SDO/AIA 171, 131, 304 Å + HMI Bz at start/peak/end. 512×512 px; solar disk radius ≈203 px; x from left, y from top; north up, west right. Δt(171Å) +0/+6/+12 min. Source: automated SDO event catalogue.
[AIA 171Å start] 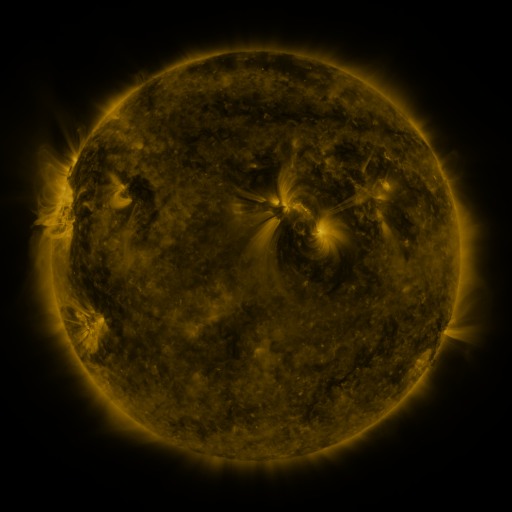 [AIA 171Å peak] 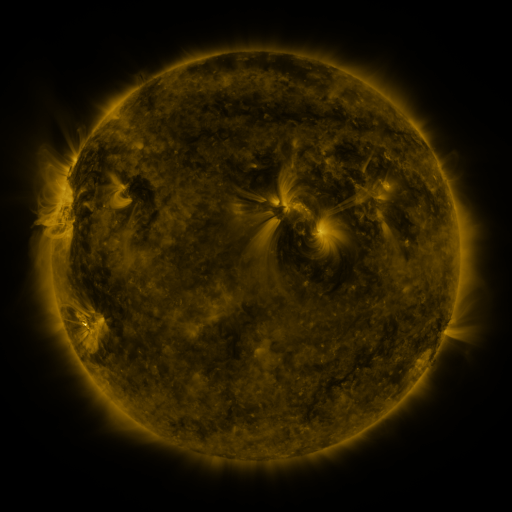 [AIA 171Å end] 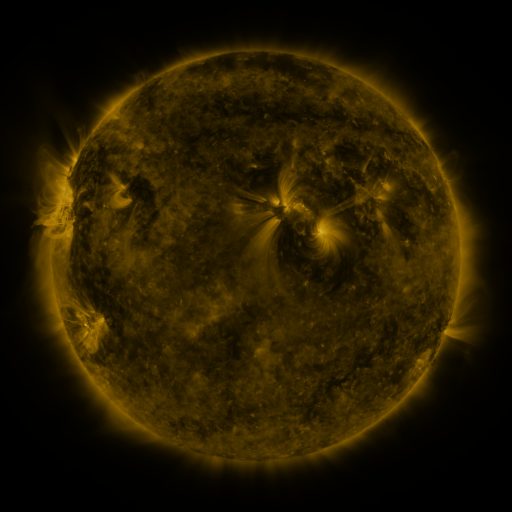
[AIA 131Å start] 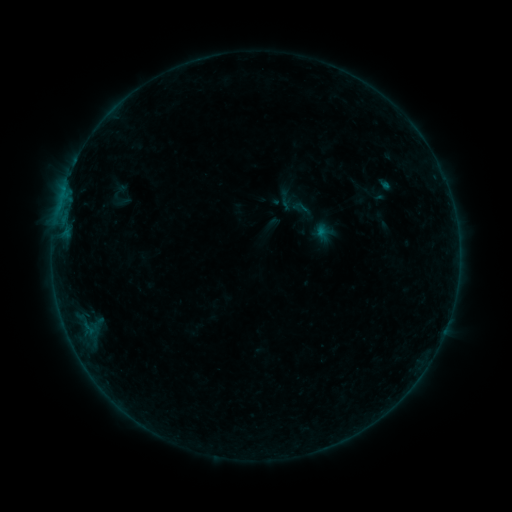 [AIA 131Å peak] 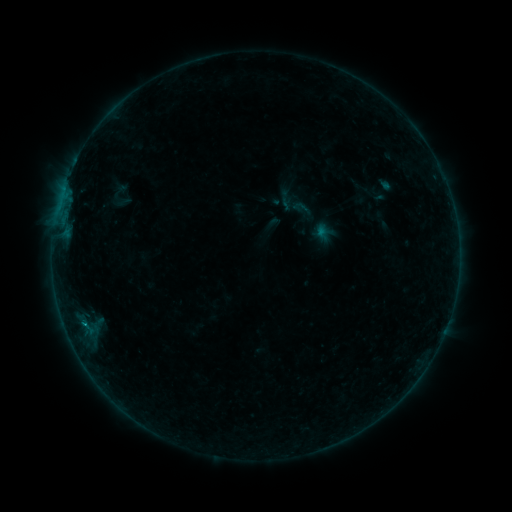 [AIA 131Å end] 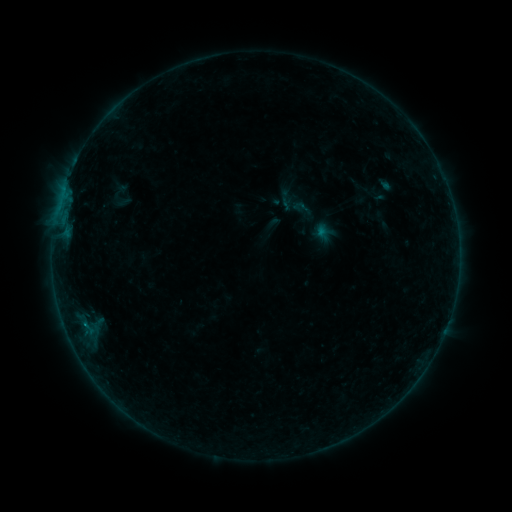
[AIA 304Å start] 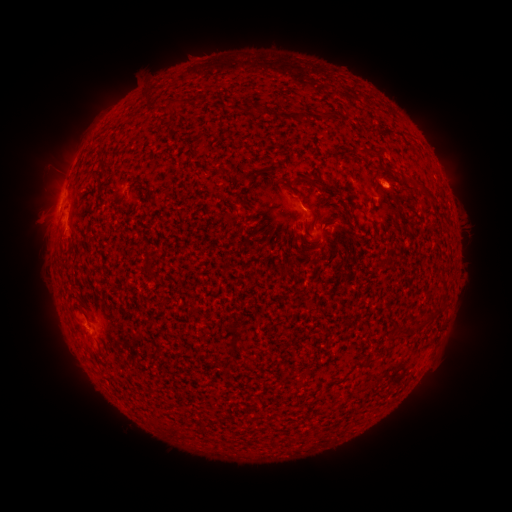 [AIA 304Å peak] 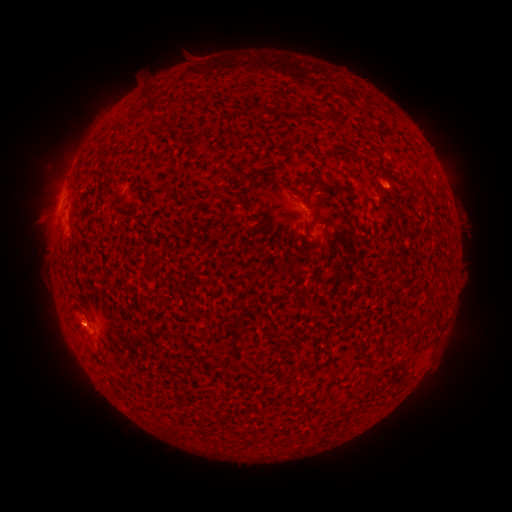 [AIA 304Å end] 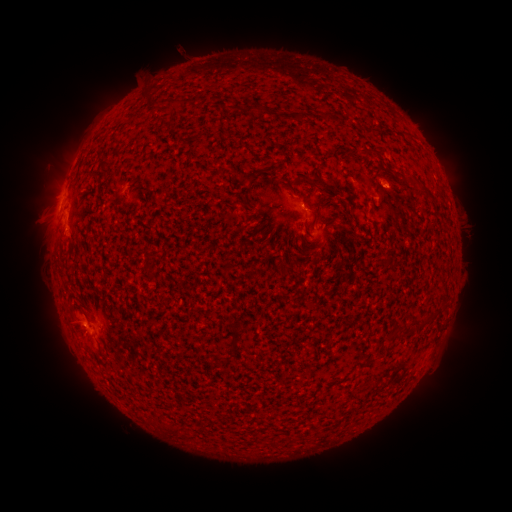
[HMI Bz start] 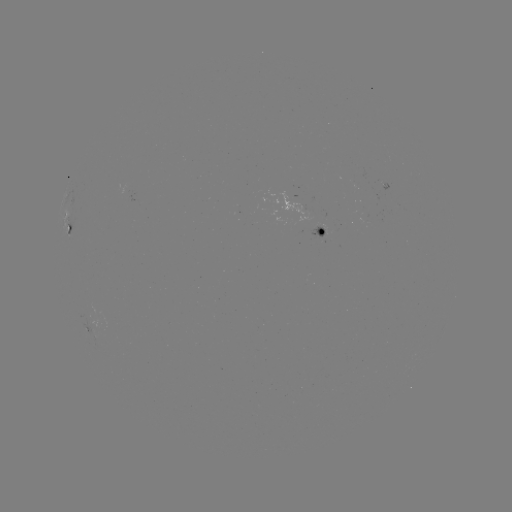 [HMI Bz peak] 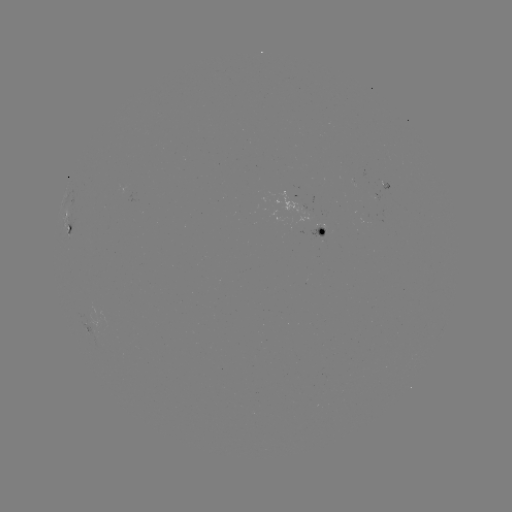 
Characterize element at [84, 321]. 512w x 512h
B2.3 flare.